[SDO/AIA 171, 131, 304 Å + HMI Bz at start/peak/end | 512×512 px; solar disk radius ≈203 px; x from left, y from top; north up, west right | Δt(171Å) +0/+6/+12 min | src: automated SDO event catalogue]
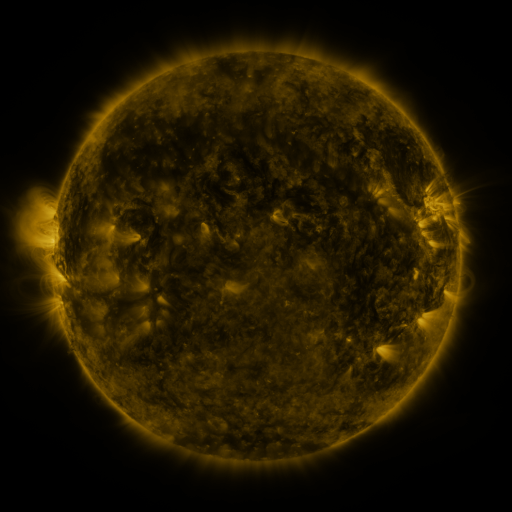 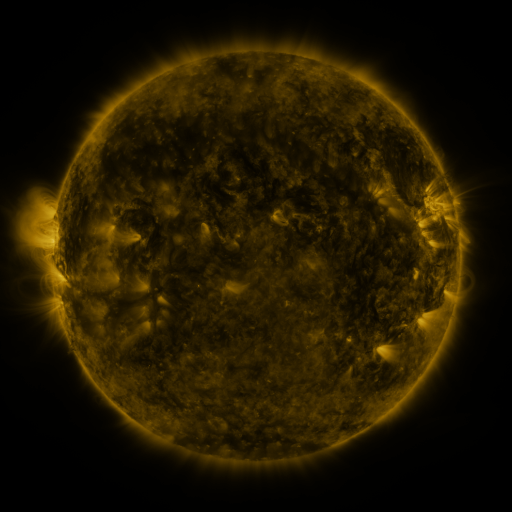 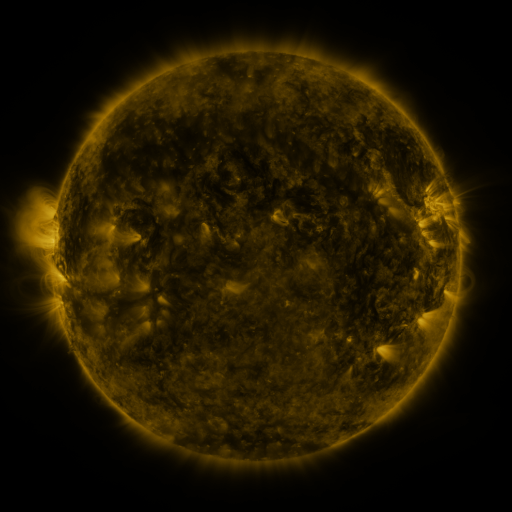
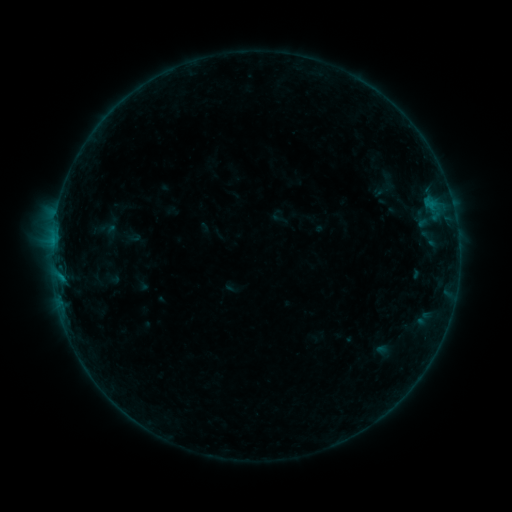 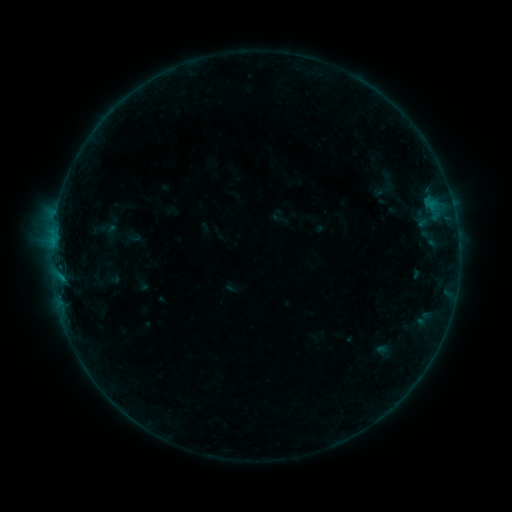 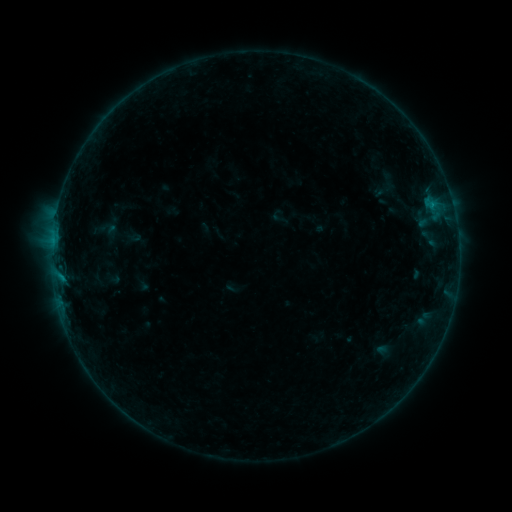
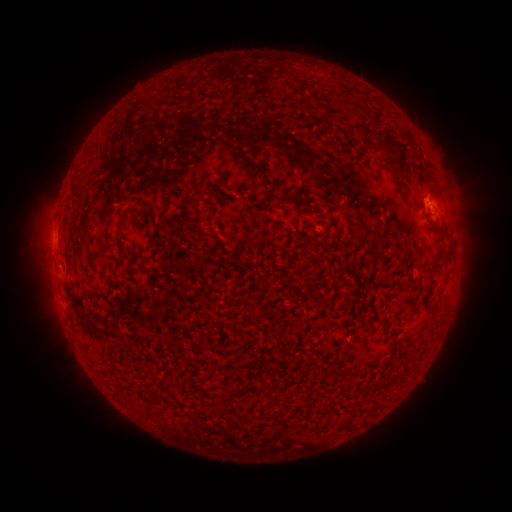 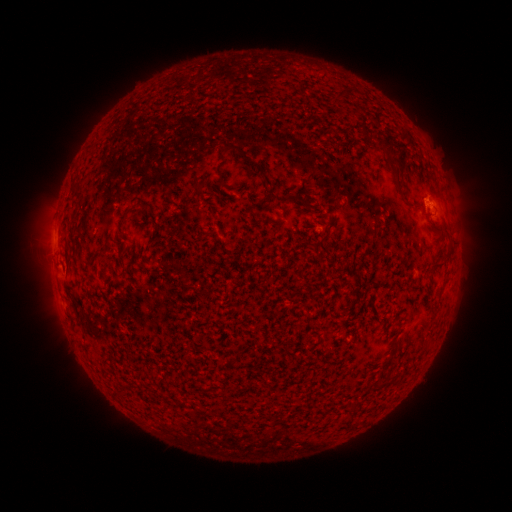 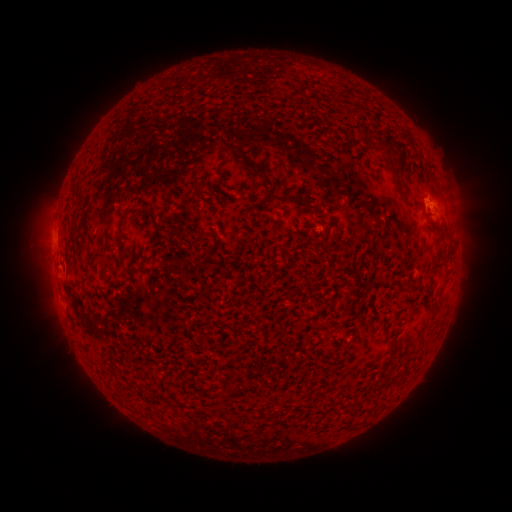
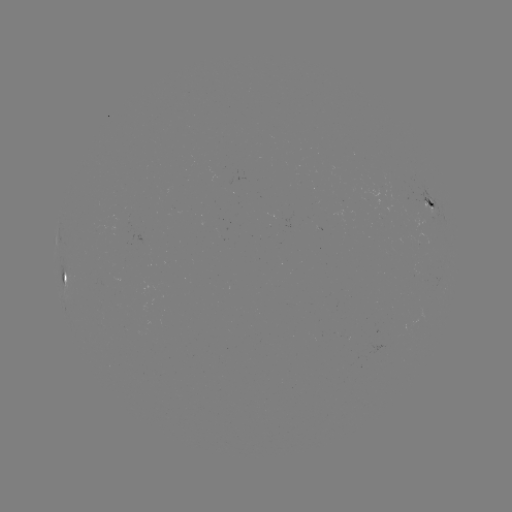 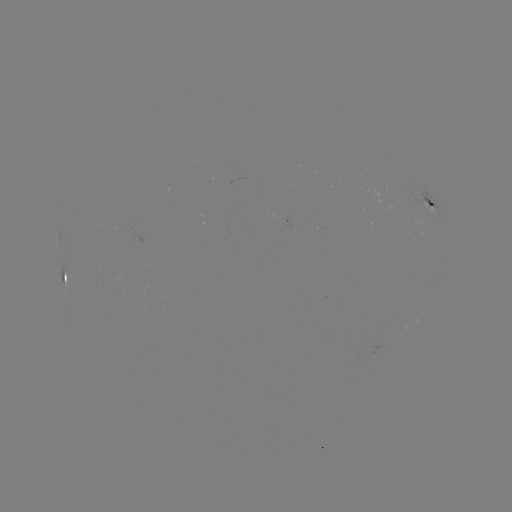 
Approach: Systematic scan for B2.8 flare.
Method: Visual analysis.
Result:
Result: B2.8 flare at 432,207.